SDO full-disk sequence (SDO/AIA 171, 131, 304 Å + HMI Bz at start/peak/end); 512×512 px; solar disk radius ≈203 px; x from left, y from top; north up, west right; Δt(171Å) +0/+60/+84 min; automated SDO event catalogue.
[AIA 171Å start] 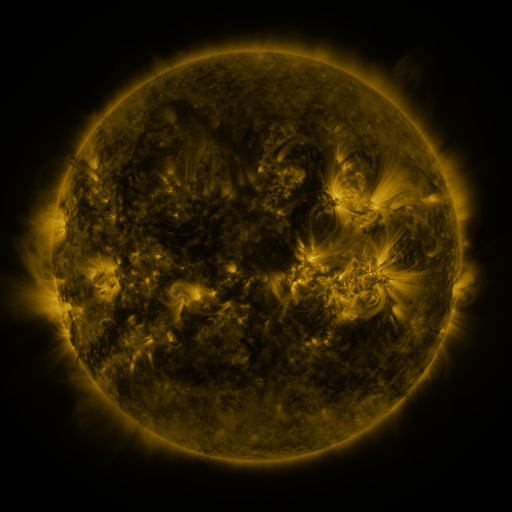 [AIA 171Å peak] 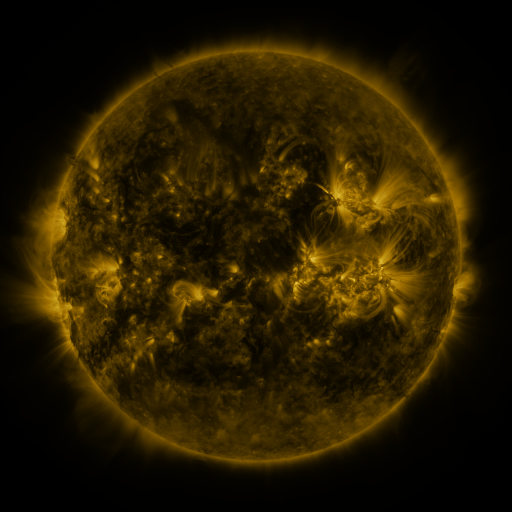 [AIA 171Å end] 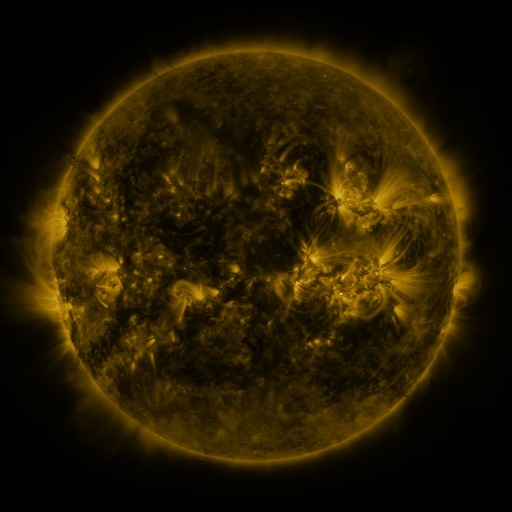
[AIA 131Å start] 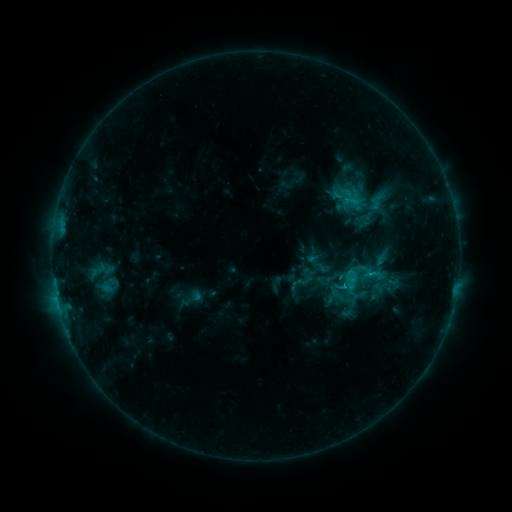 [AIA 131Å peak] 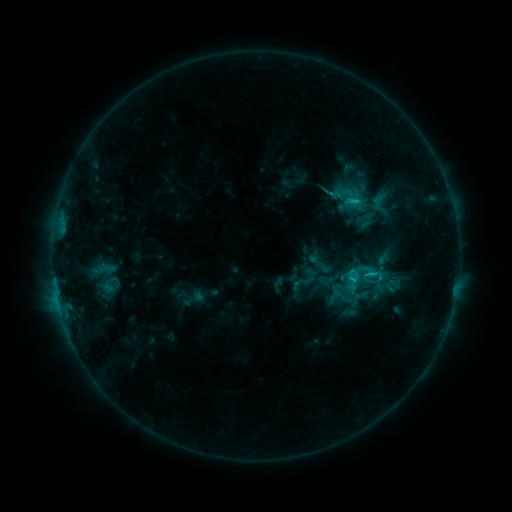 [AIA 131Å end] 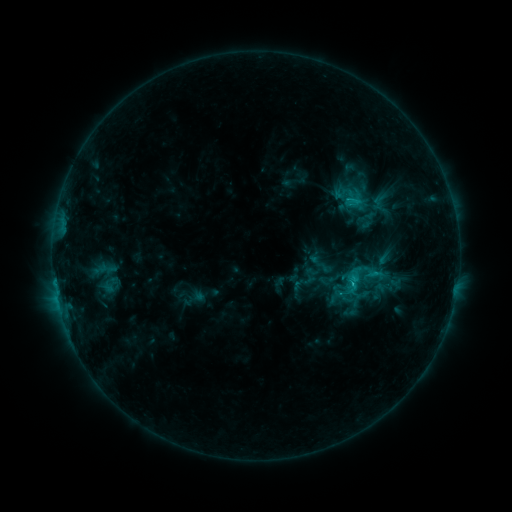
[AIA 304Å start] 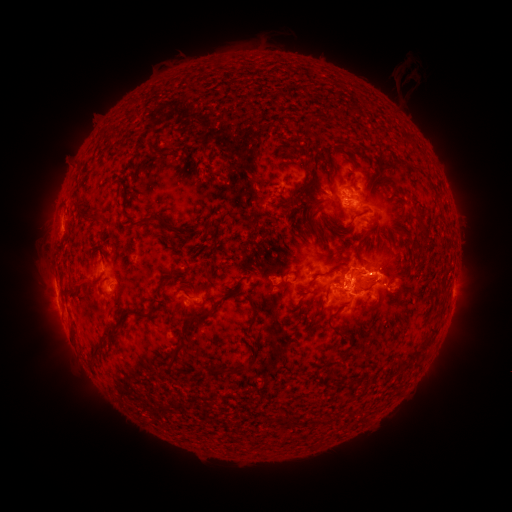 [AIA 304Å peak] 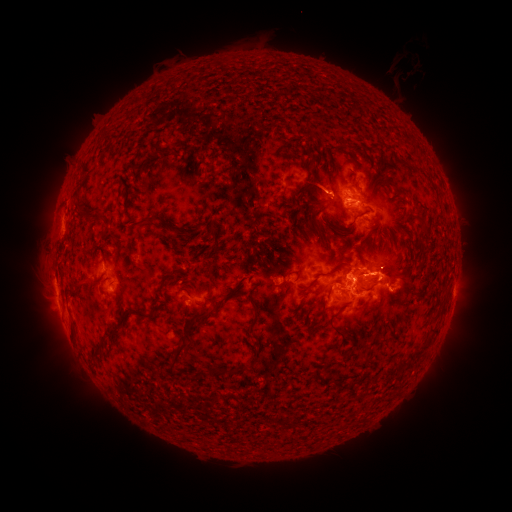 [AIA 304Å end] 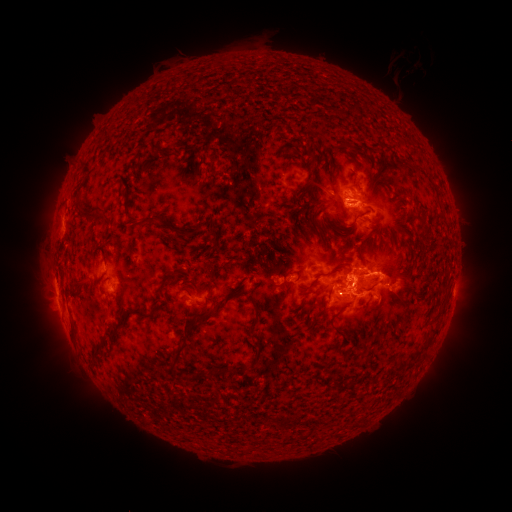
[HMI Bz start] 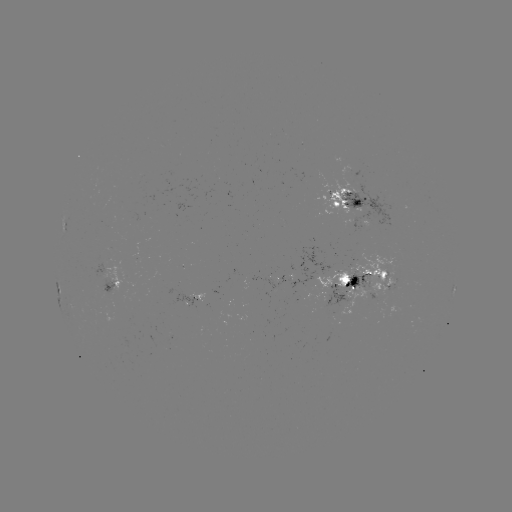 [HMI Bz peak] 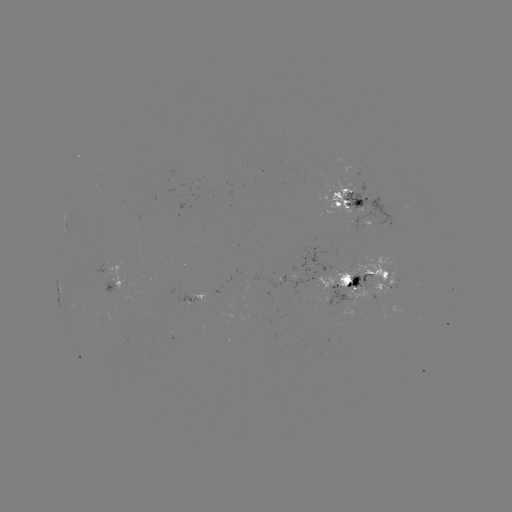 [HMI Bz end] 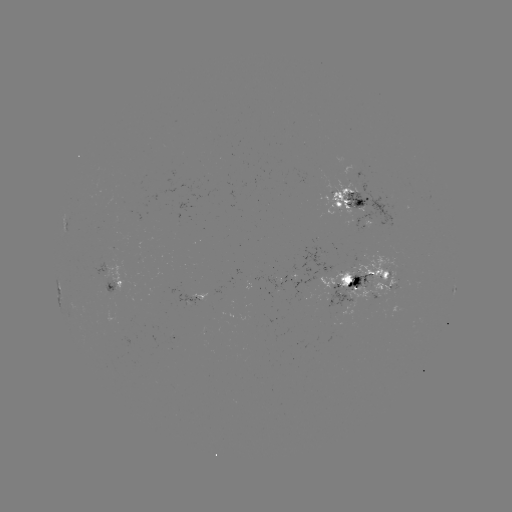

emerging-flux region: <bbox>253, 246, 332, 300</bbox>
